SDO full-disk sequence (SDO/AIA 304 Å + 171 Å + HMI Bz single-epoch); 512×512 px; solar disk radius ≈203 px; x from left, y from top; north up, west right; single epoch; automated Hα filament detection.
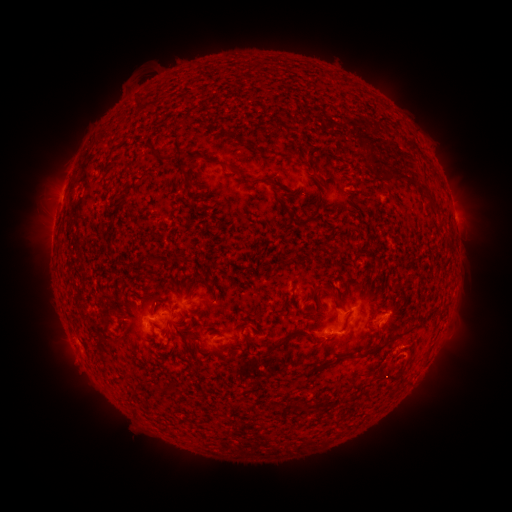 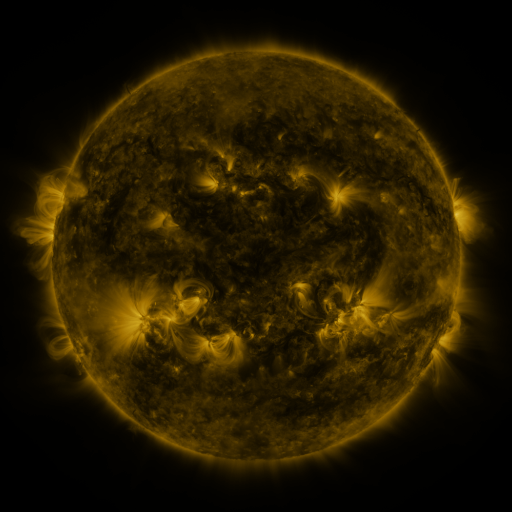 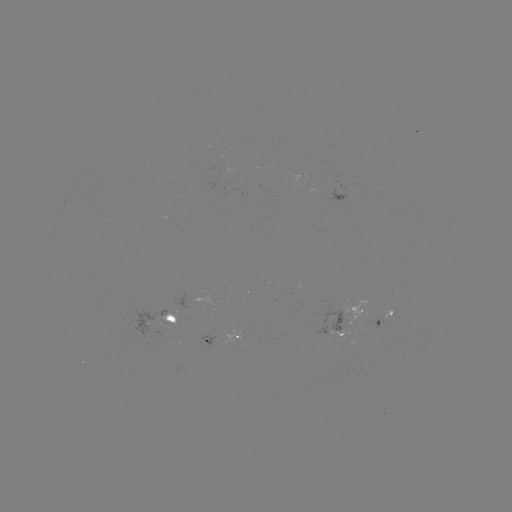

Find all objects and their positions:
filament: (143, 140, 152, 150)
filament: (228, 165, 243, 176)
filament: (385, 172, 415, 187)
filament: (251, 176, 263, 184)
filament: (422, 195, 436, 208)
filament: (292, 197, 323, 229)
filament: (279, 201, 293, 214)
filament: (335, 298, 344, 310)
filament: (177, 310, 185, 325)
filament: (366, 332, 401, 358)
filament: (262, 337, 289, 355)
